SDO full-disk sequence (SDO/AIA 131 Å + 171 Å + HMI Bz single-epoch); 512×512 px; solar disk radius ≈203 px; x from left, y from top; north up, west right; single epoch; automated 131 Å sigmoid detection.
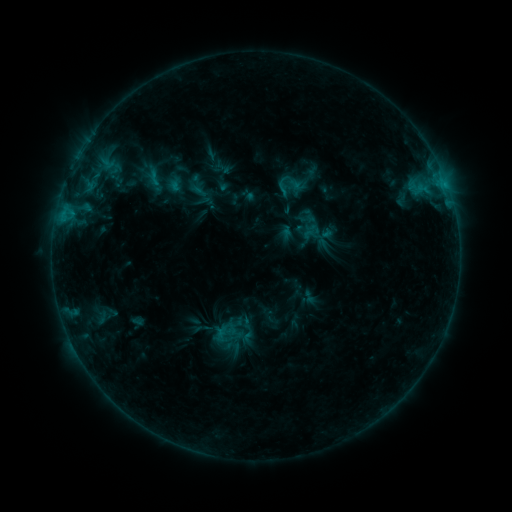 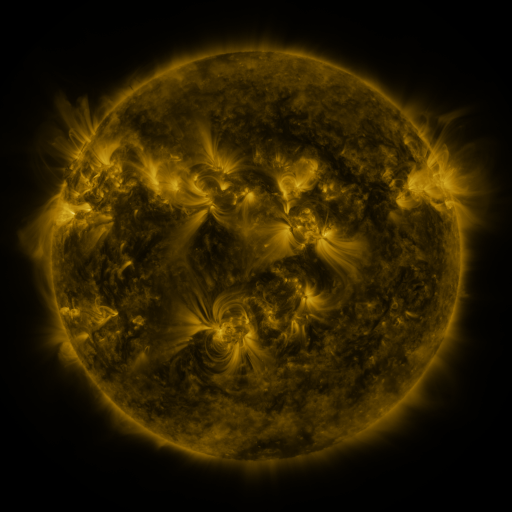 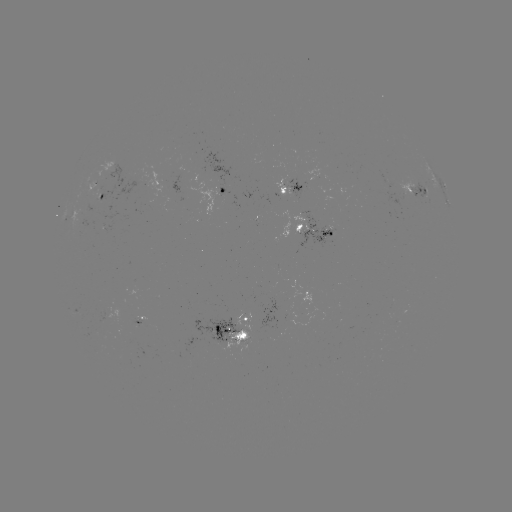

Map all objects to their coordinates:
sigmoid: (282, 187)
